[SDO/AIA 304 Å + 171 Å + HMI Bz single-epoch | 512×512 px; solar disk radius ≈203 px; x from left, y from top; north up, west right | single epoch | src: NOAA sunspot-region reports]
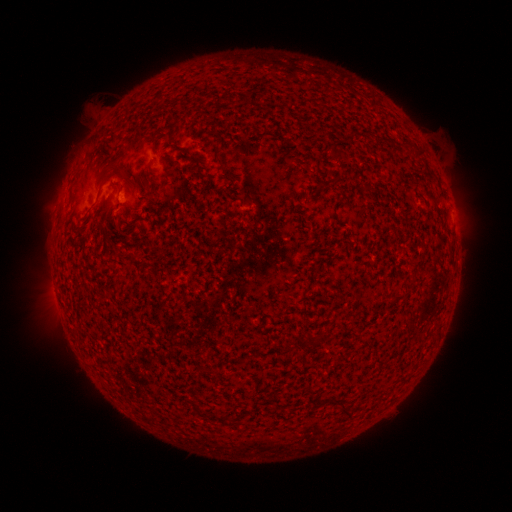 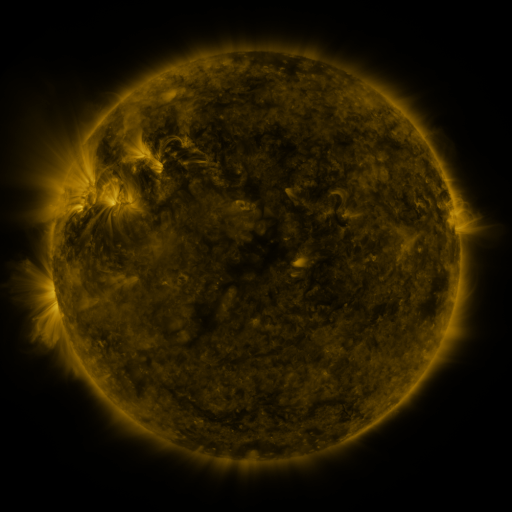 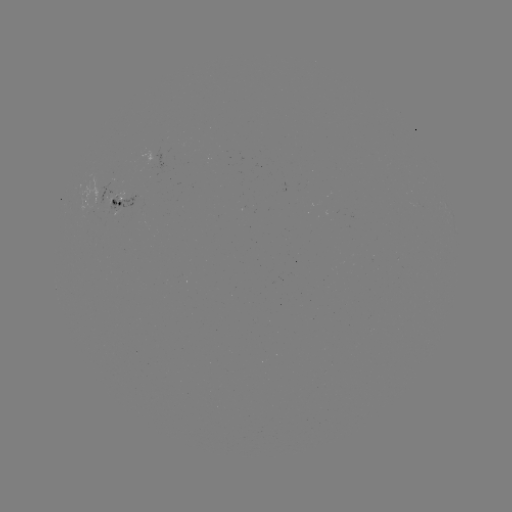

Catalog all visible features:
spotted active region: (84, 201)
spotted active region: (117, 201)
